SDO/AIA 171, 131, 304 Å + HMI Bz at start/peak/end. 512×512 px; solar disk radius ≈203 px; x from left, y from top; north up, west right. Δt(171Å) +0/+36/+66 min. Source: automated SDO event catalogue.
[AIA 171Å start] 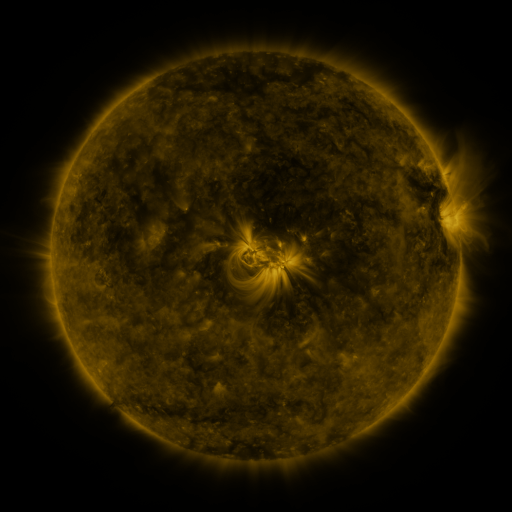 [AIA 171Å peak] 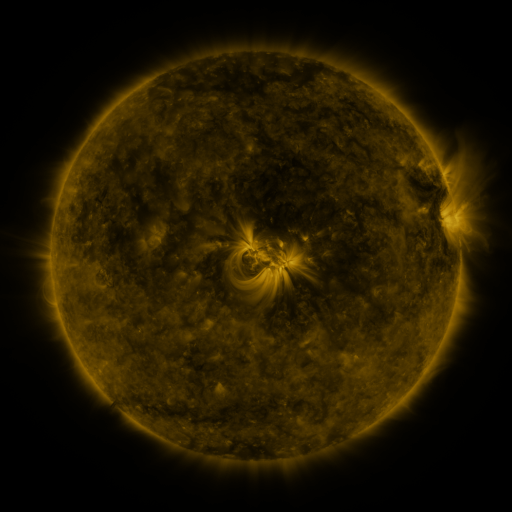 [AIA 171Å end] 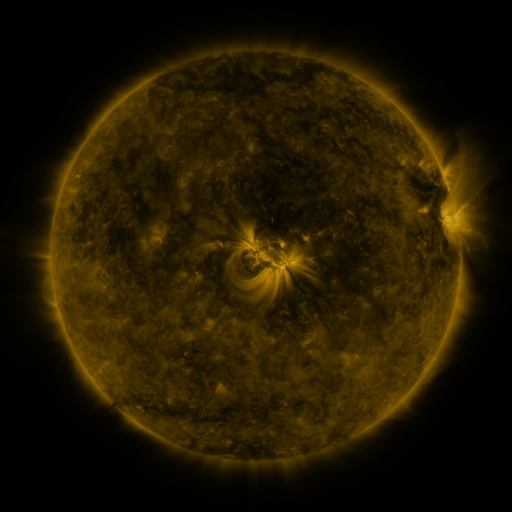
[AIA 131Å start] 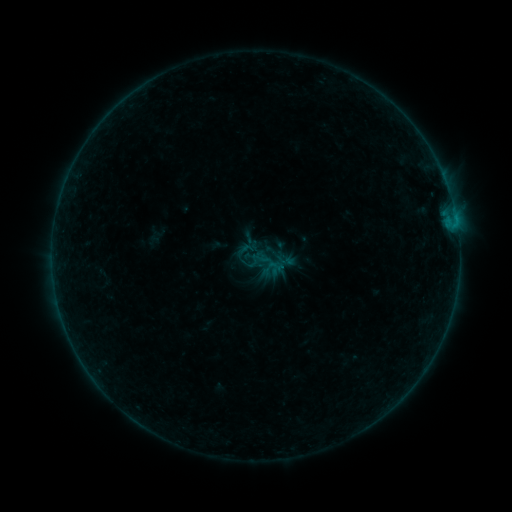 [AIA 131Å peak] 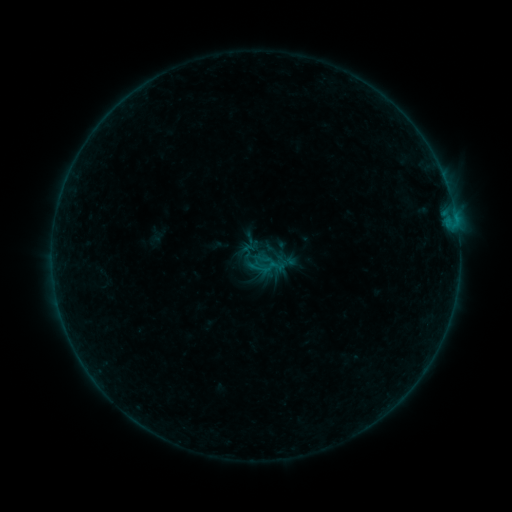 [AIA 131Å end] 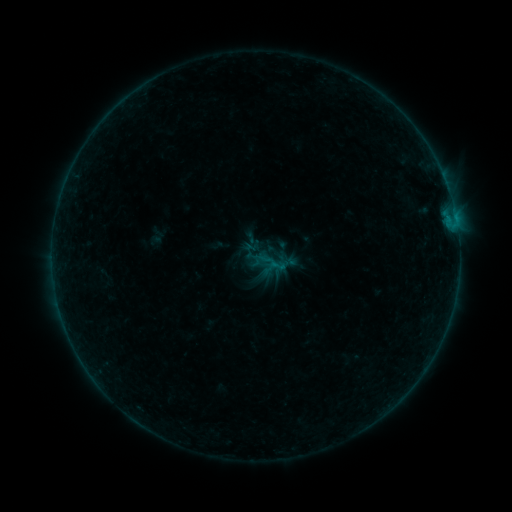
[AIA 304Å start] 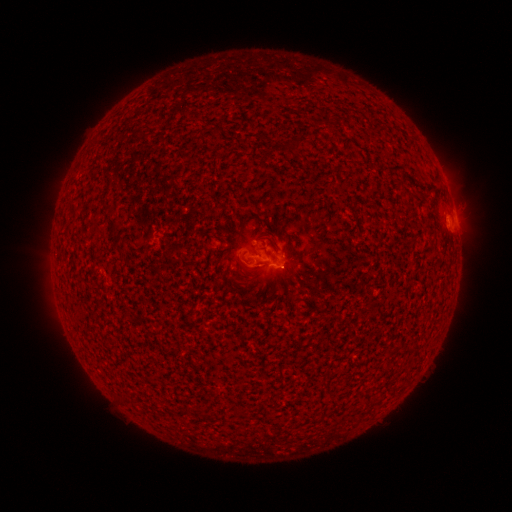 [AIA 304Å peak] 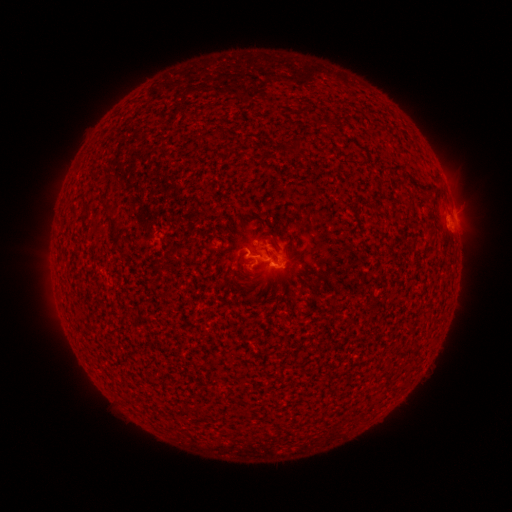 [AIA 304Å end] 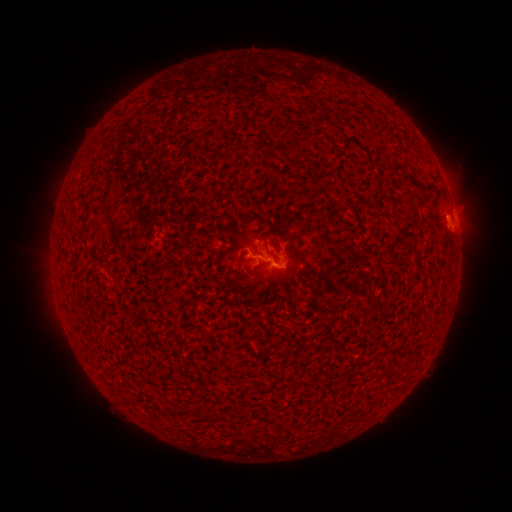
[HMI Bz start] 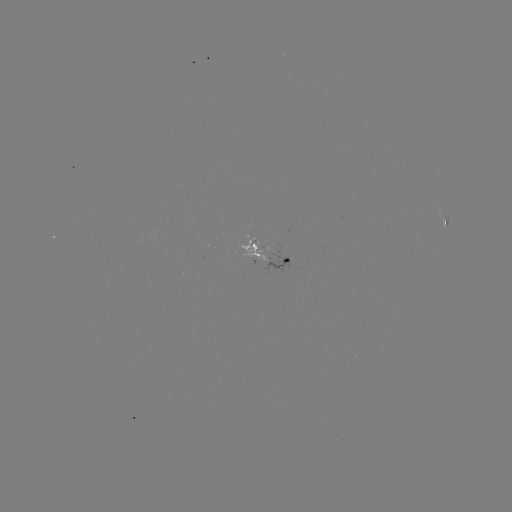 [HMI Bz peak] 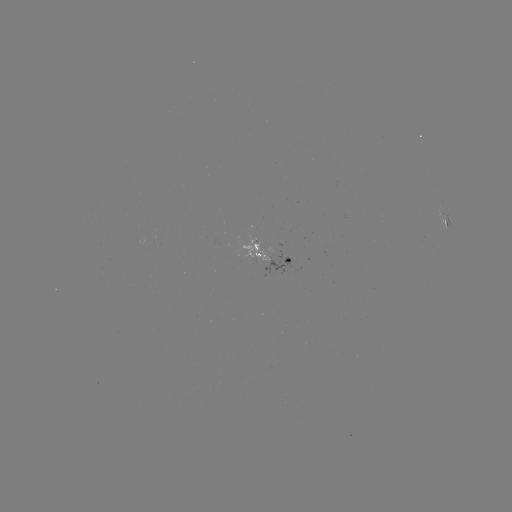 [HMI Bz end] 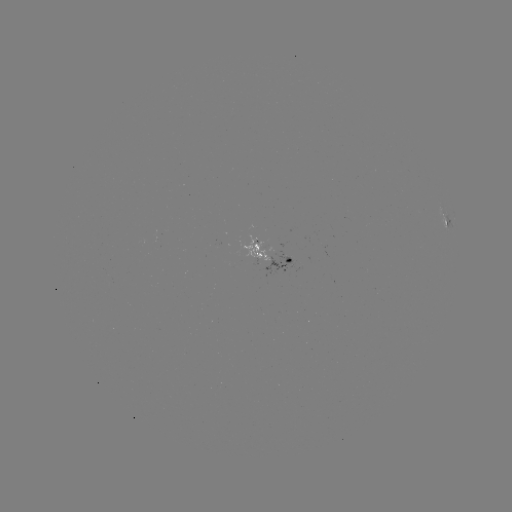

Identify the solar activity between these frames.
B5.4 flare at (259, 266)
